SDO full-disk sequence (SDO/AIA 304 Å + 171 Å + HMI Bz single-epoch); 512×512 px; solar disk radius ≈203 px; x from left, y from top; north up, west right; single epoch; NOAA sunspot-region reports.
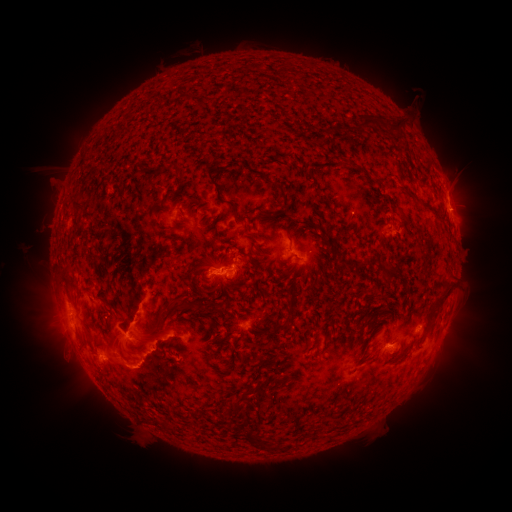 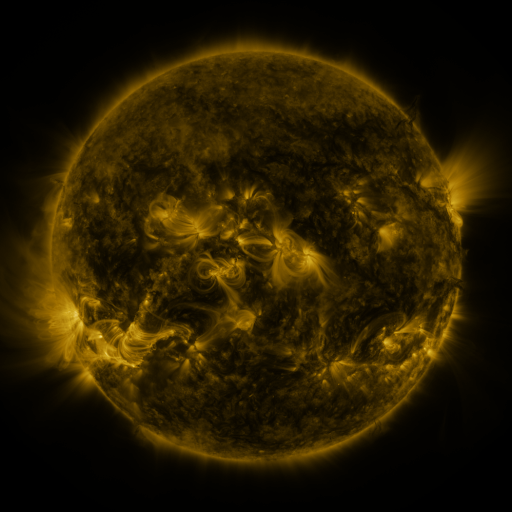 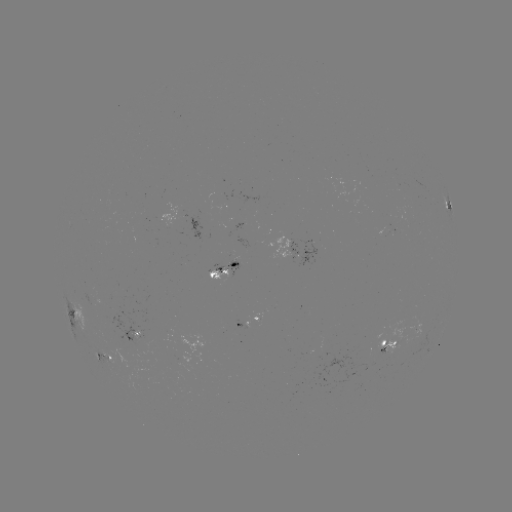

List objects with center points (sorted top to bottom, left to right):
spotted active region: (448, 208)
spotted active region: (176, 219)
spotted active region: (298, 252)
spotted active region: (224, 267)
spotted active region: (69, 309)
spotted active region: (245, 319)
spotted active region: (129, 327)
spotted active region: (395, 344)
spotted active region: (98, 350)
